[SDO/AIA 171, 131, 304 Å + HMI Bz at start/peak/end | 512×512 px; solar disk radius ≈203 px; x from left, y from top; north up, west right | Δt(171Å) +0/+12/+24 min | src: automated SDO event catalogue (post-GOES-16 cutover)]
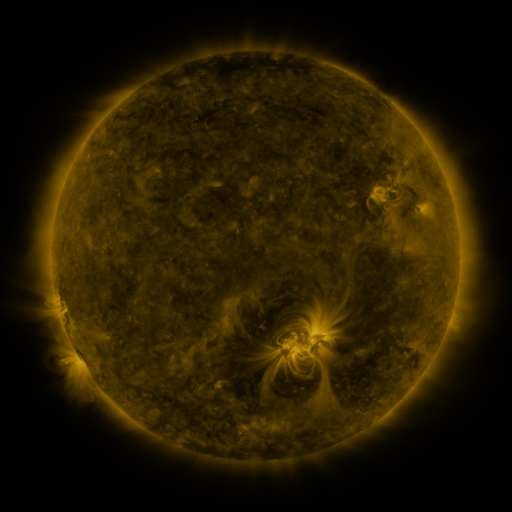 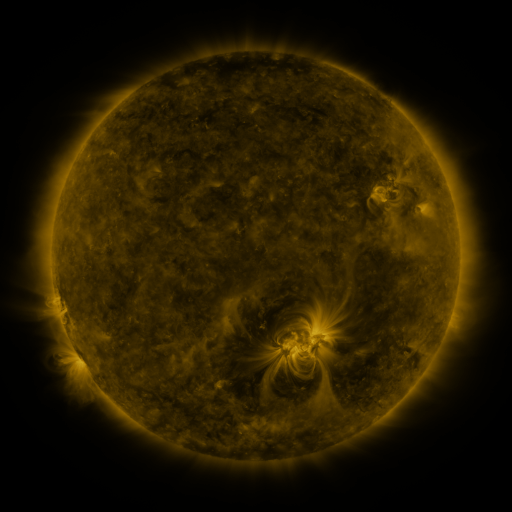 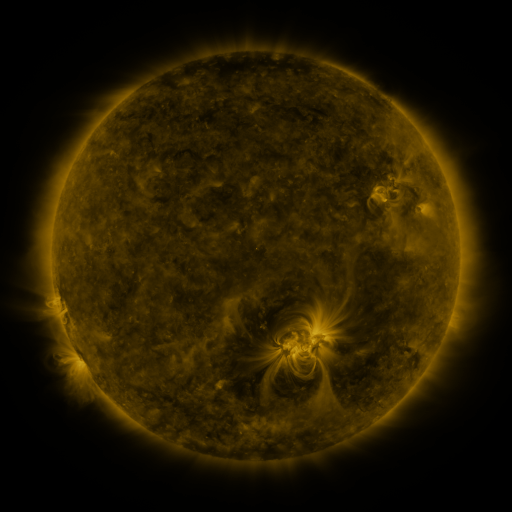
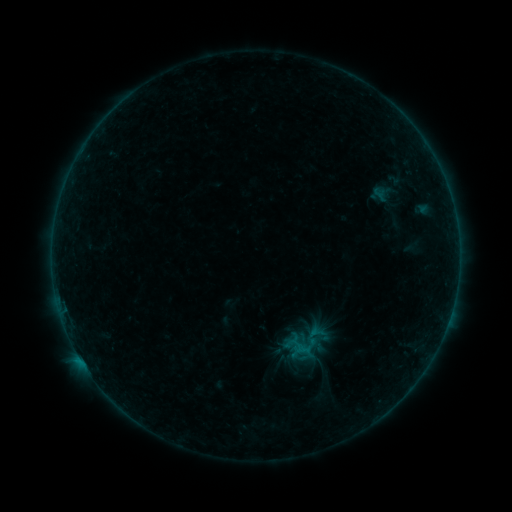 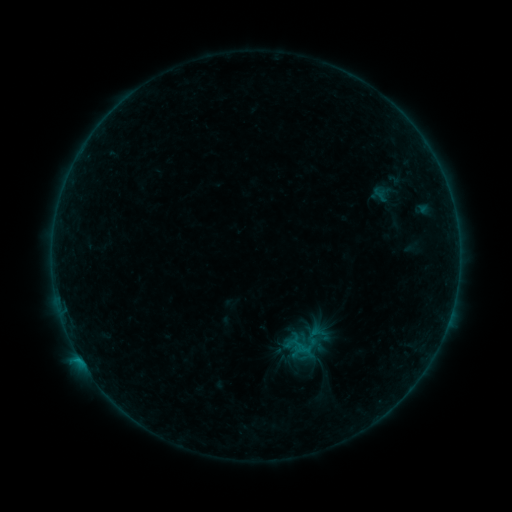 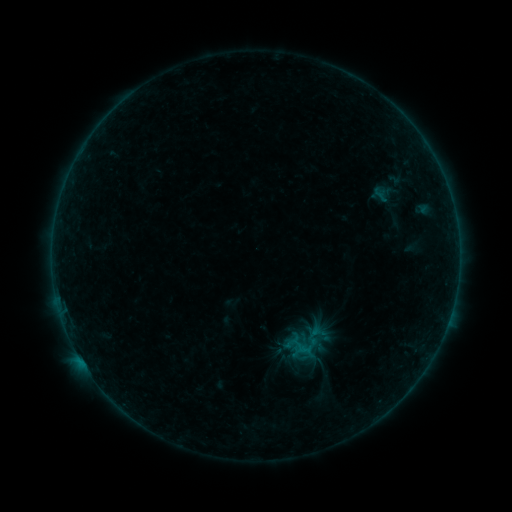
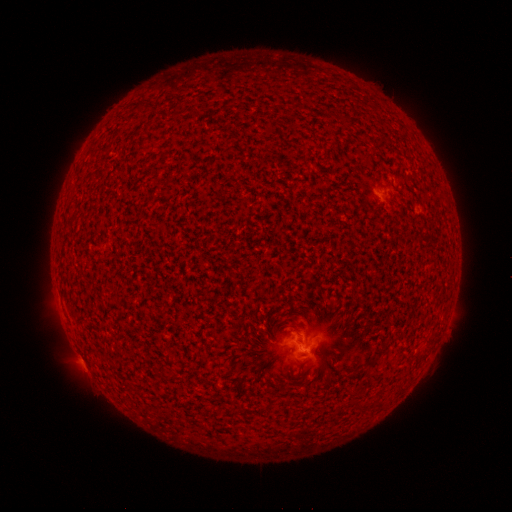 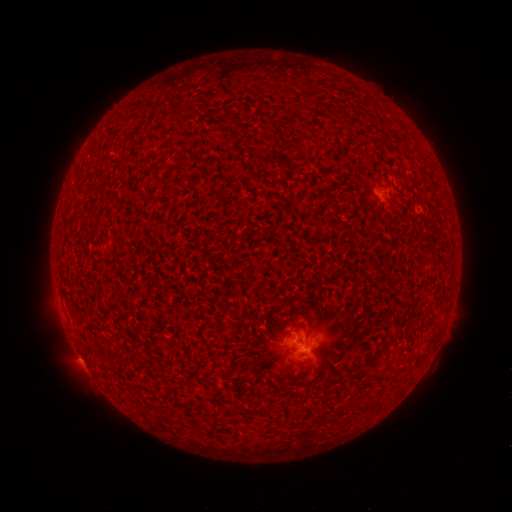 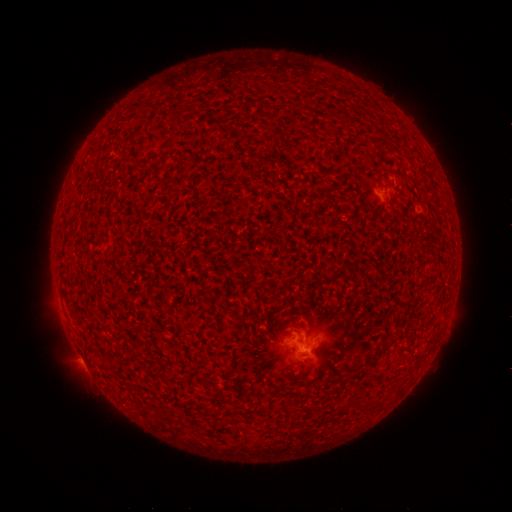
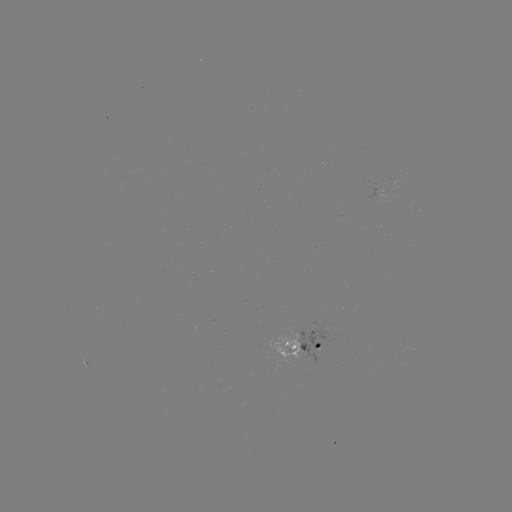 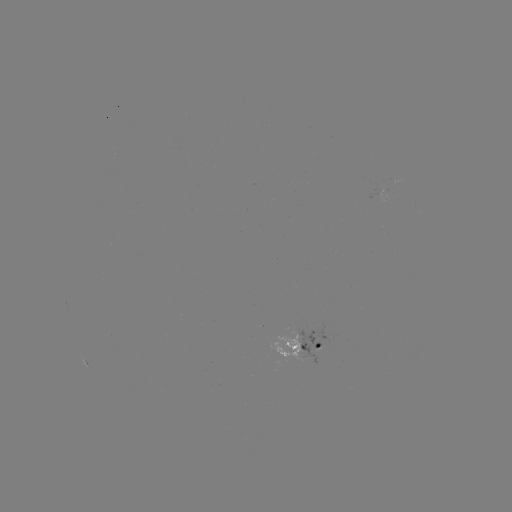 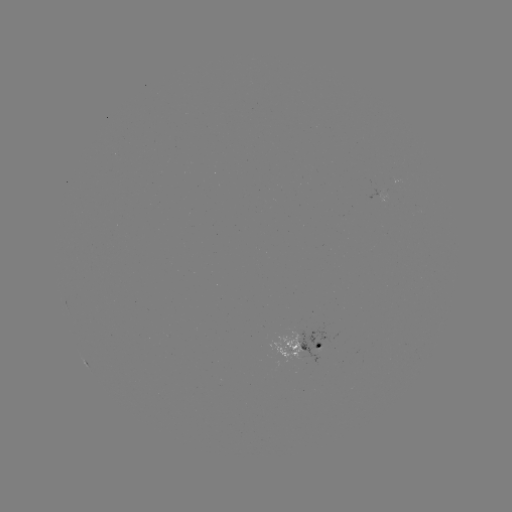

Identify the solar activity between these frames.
B4.4 flare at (80, 357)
